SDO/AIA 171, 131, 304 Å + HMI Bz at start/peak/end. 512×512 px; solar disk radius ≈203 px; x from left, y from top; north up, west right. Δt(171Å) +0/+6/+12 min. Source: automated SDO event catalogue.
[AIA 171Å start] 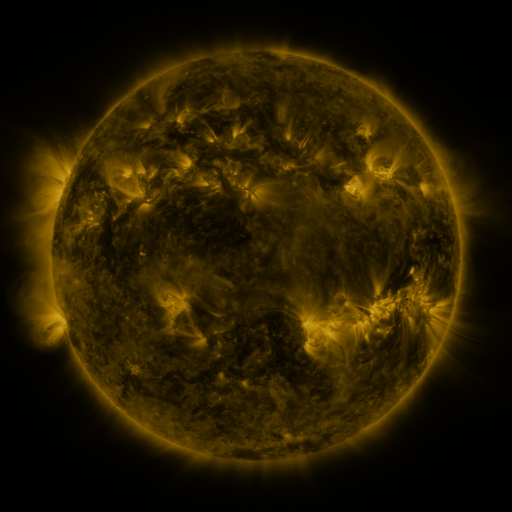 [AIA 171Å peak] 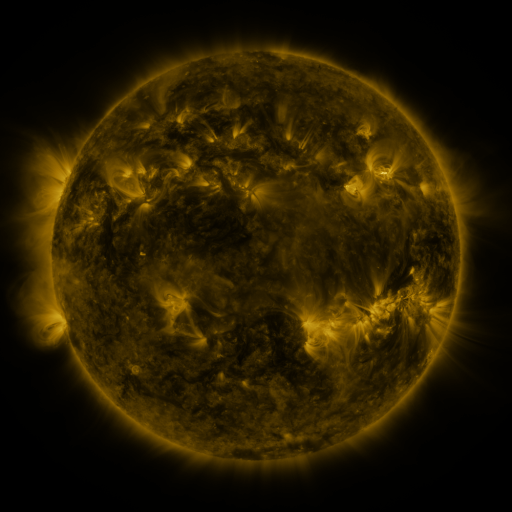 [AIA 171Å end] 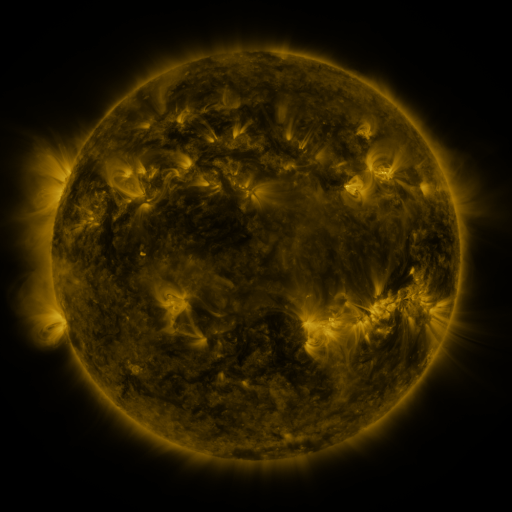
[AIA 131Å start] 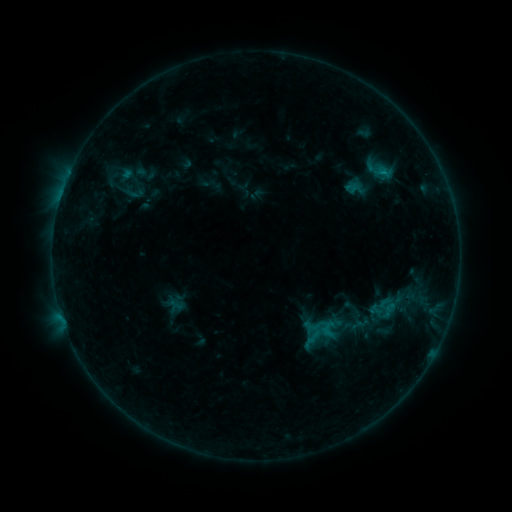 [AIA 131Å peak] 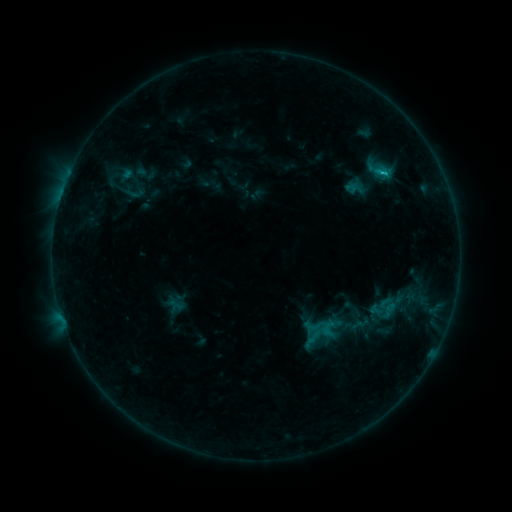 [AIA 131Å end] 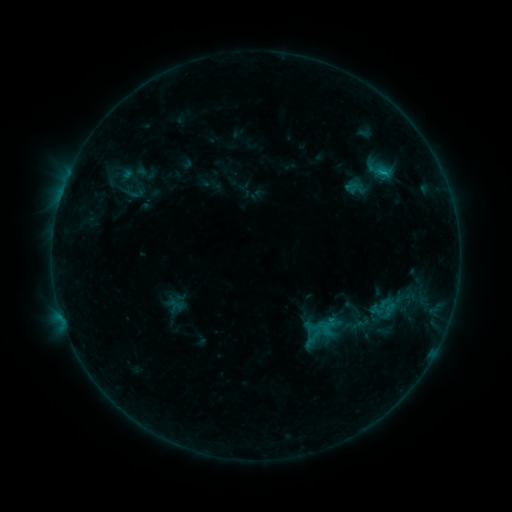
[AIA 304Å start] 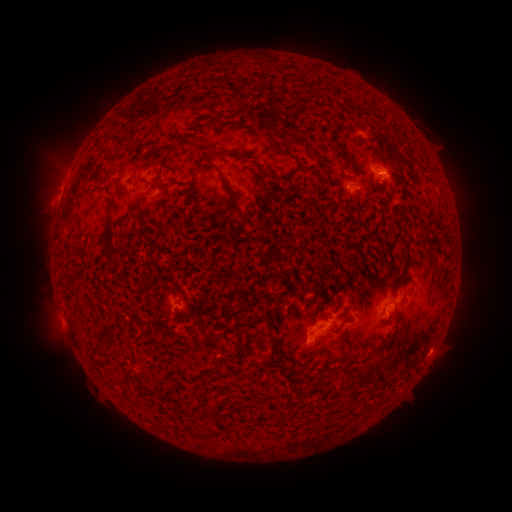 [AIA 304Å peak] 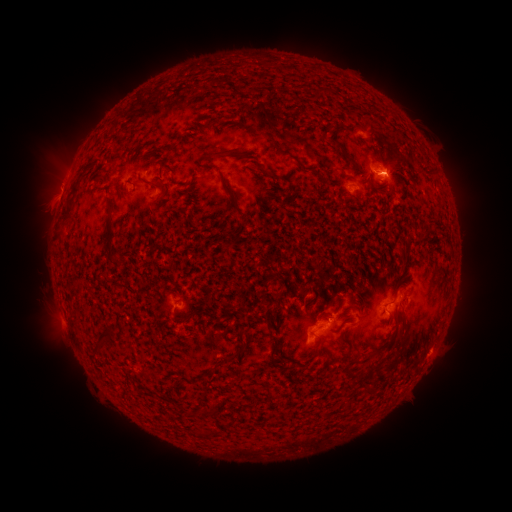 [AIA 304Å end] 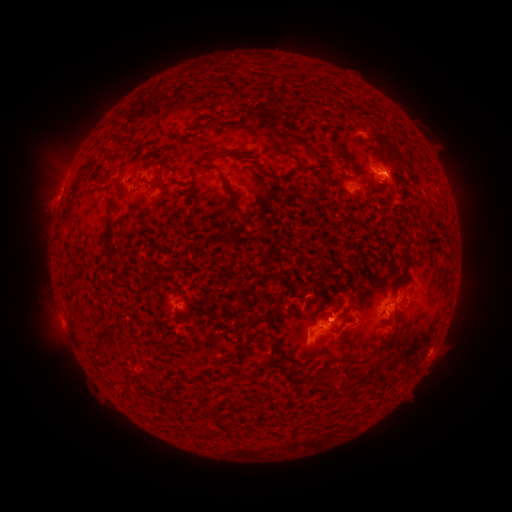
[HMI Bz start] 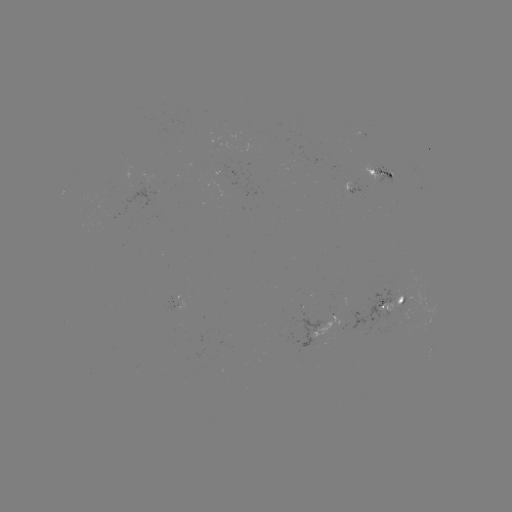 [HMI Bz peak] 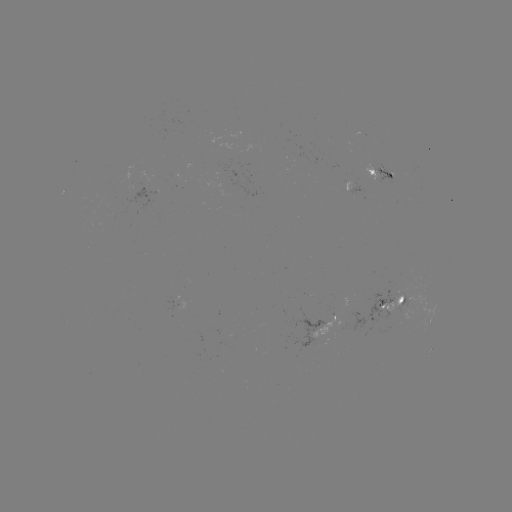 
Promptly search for B8.0 flare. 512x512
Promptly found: (381, 175).